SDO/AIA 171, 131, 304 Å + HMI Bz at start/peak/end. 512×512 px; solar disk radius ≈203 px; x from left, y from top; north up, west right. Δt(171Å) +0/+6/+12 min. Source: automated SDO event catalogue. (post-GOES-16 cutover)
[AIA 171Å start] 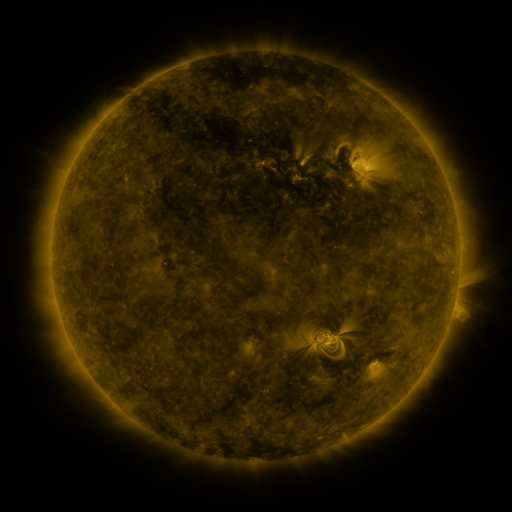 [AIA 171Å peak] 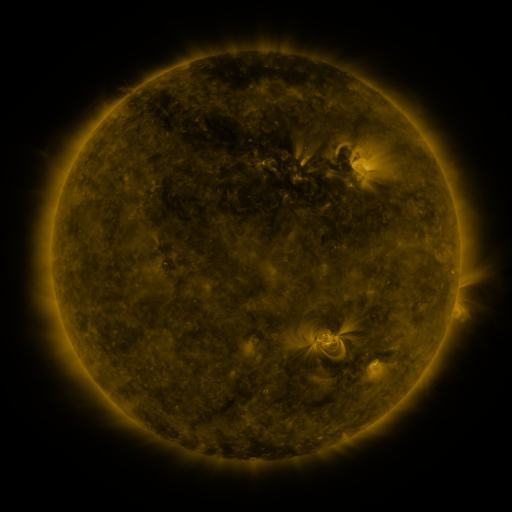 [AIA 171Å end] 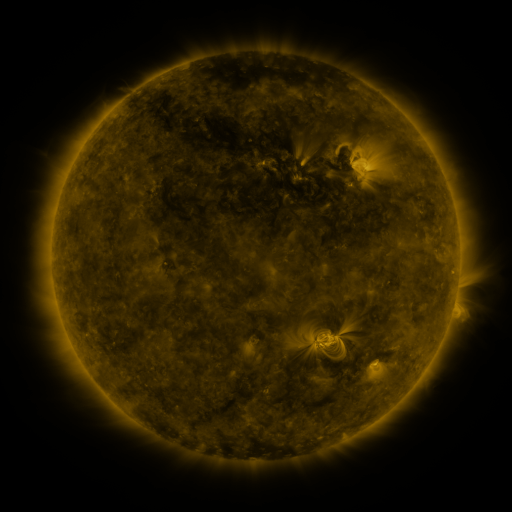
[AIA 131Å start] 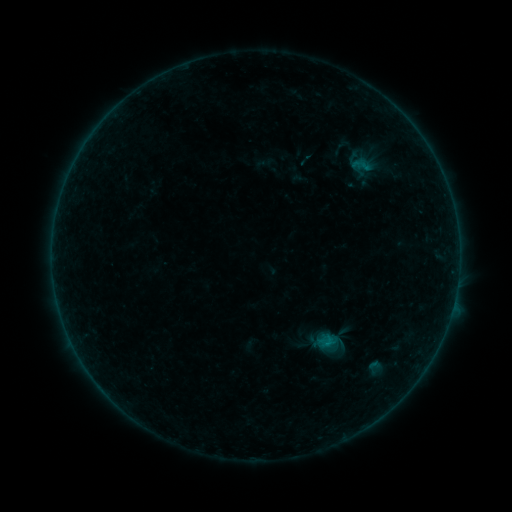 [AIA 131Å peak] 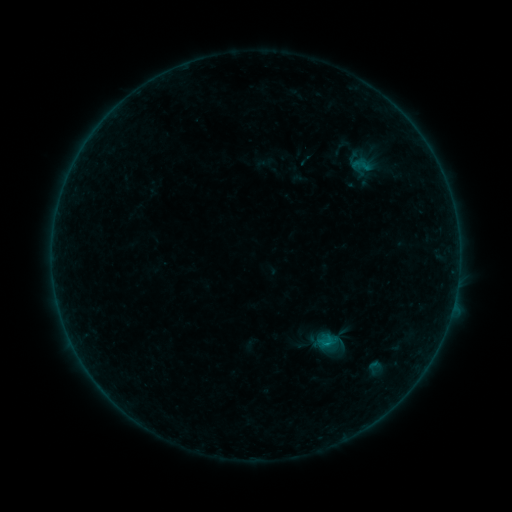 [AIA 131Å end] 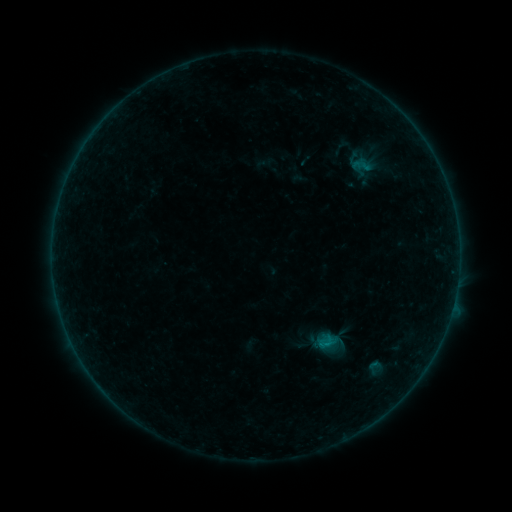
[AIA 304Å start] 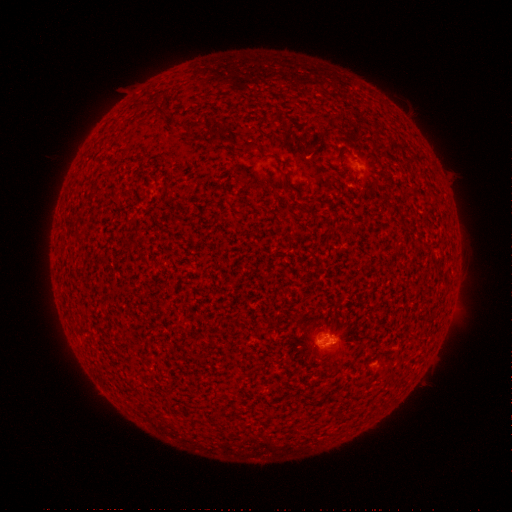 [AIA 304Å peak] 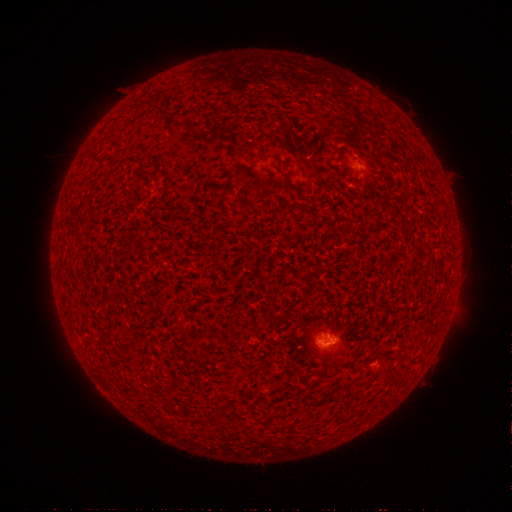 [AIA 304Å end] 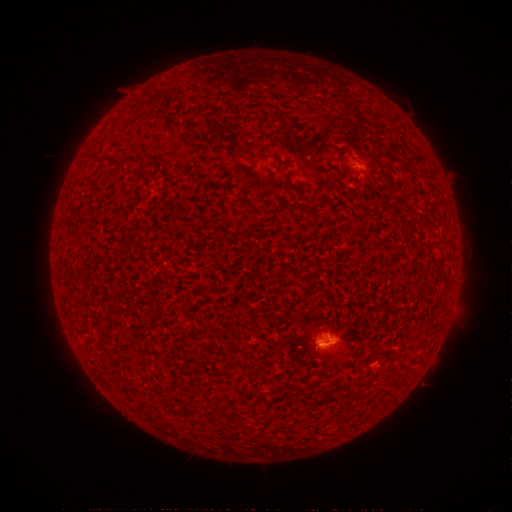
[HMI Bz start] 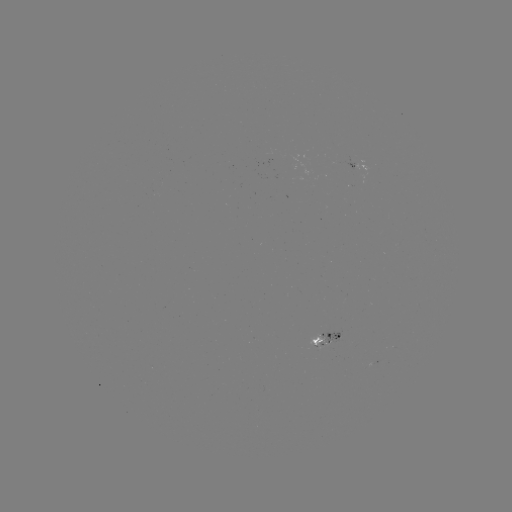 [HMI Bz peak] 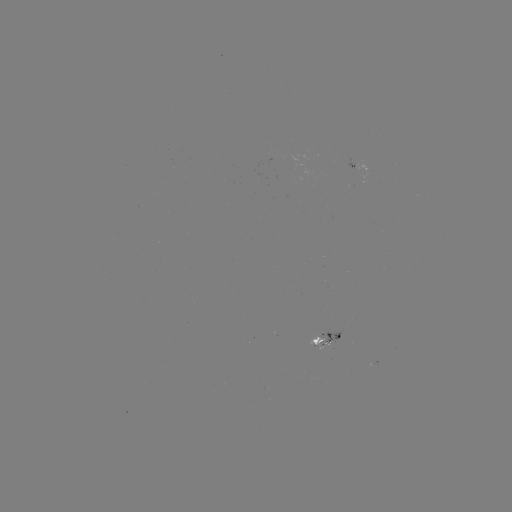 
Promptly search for B3.3 flare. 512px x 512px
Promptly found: (324, 343).